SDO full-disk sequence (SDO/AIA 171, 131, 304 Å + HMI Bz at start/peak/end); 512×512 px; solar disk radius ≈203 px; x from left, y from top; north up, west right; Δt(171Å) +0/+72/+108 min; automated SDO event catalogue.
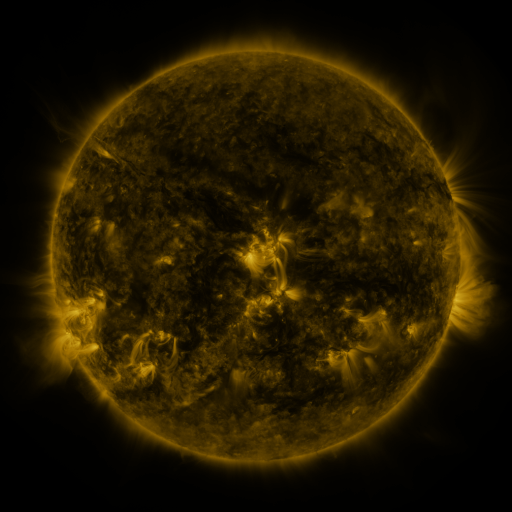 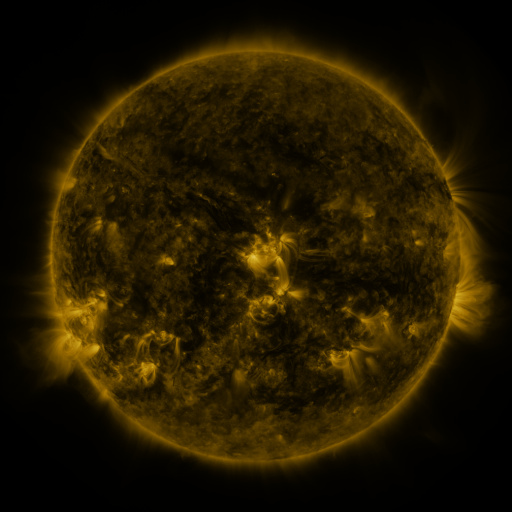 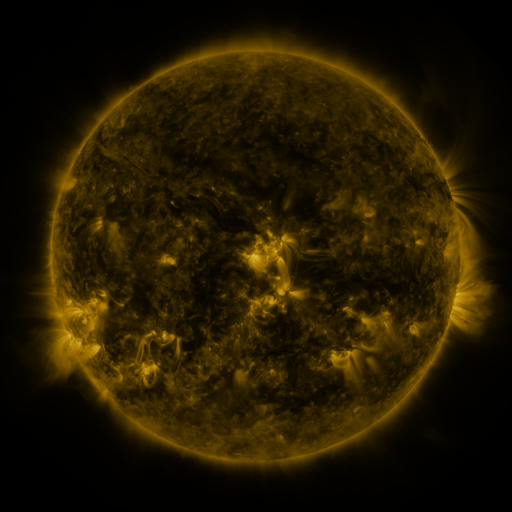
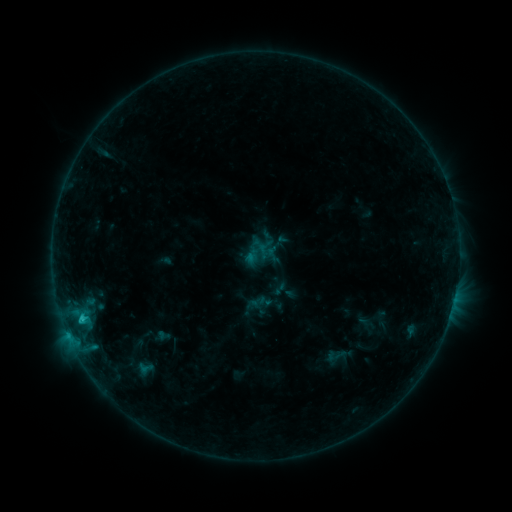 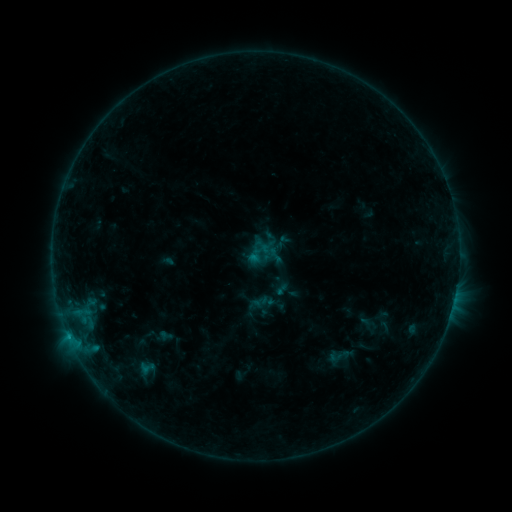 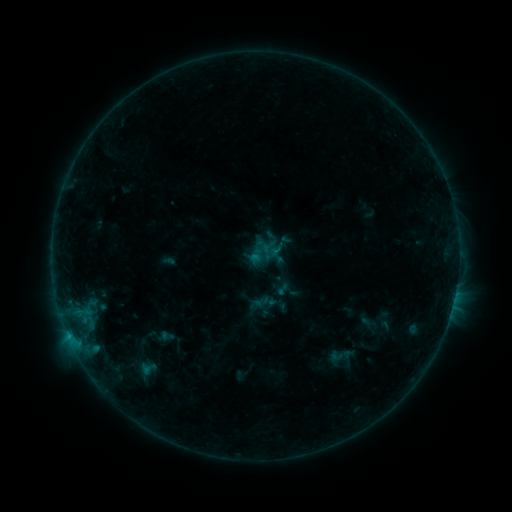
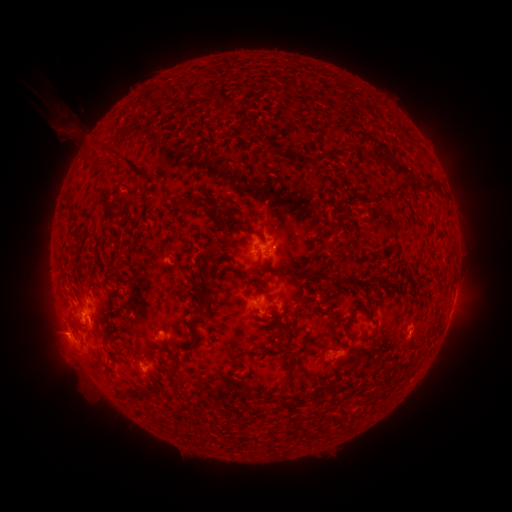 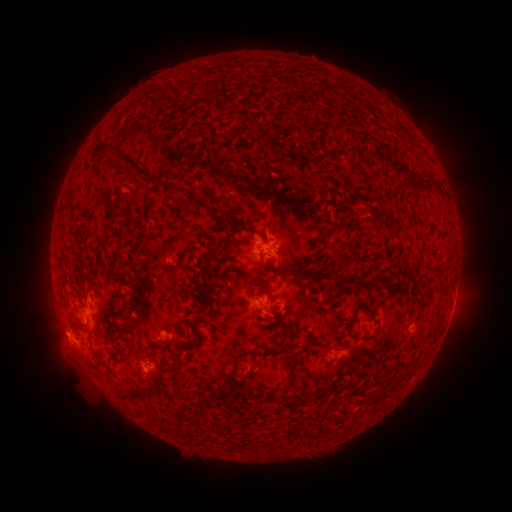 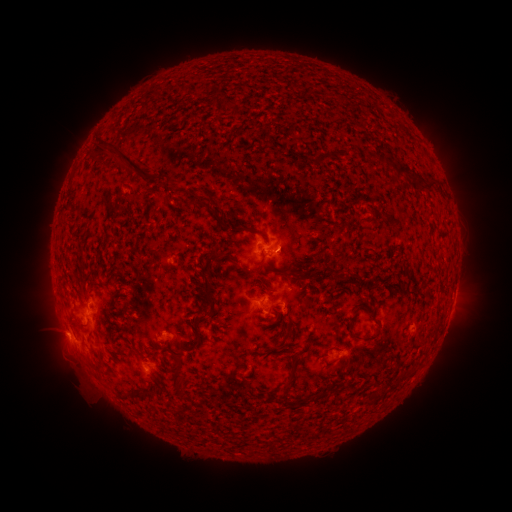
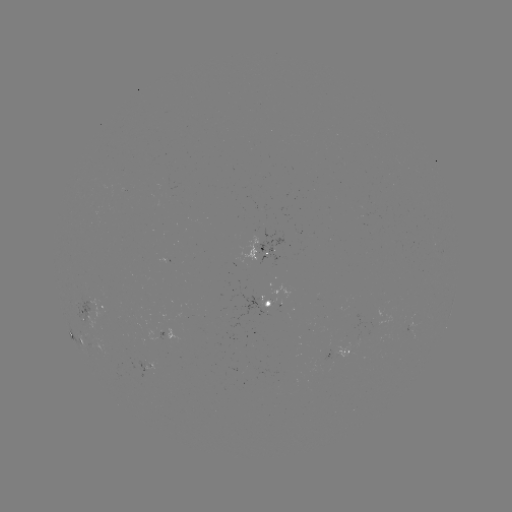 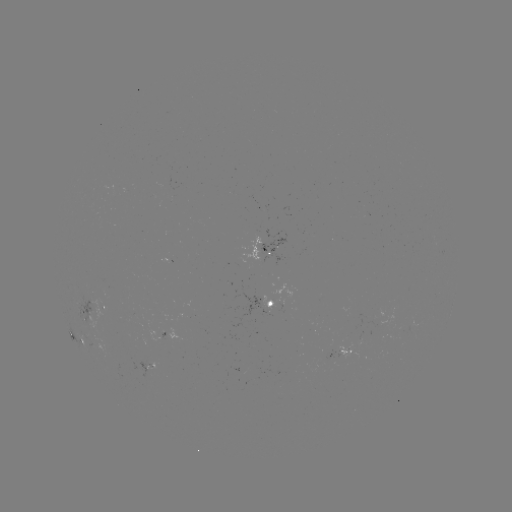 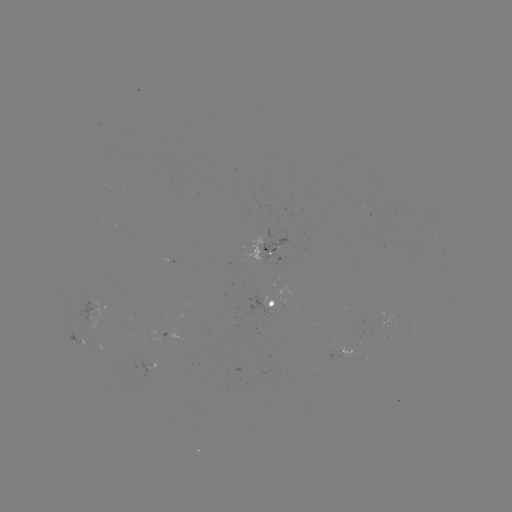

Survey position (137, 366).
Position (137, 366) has emerging-flux region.